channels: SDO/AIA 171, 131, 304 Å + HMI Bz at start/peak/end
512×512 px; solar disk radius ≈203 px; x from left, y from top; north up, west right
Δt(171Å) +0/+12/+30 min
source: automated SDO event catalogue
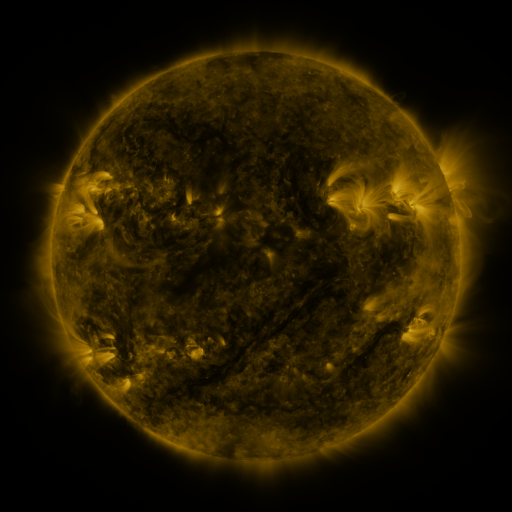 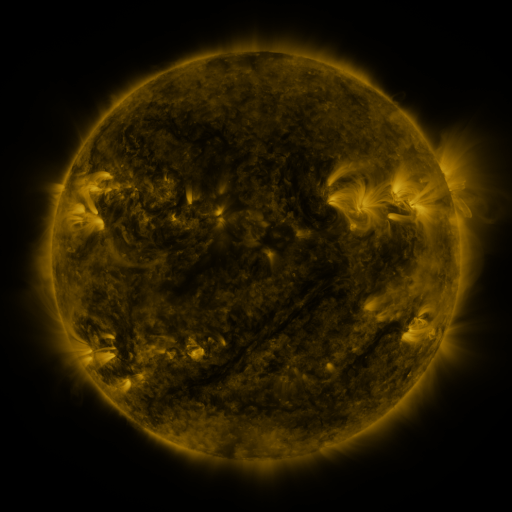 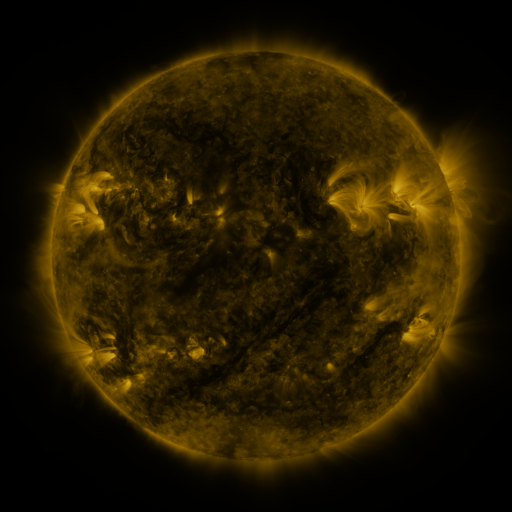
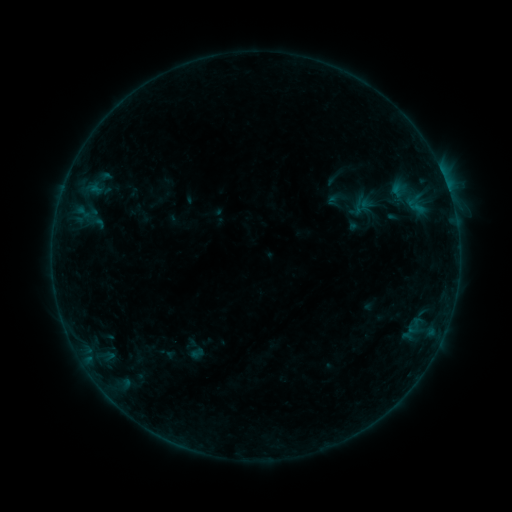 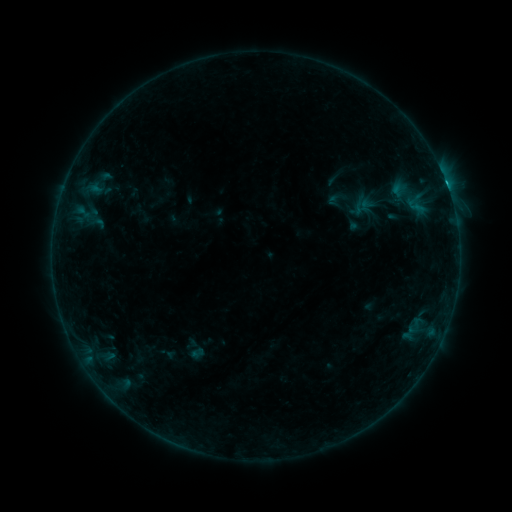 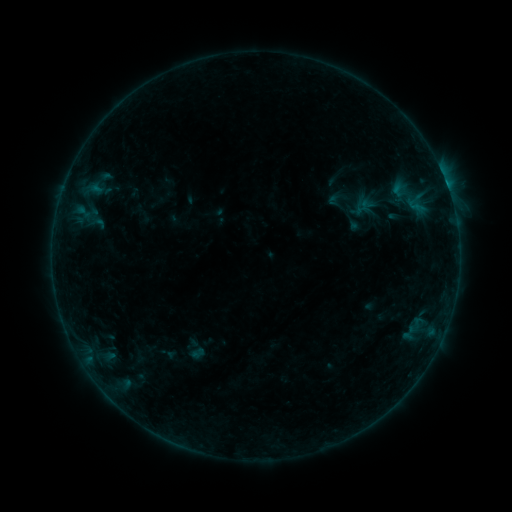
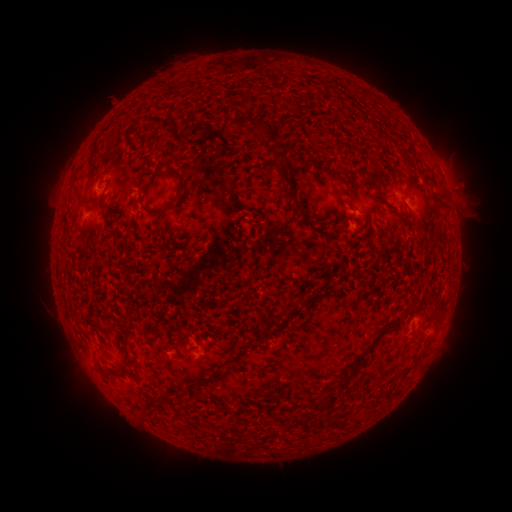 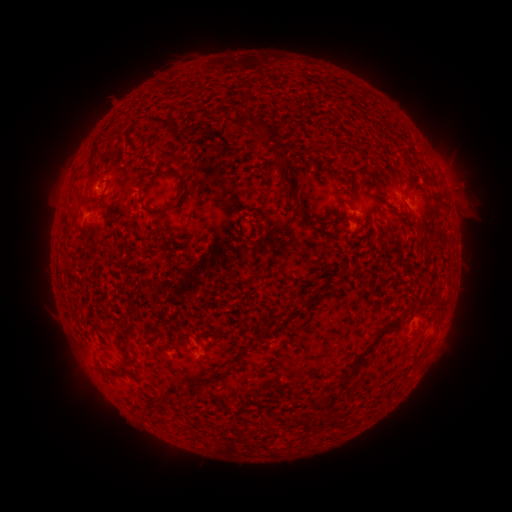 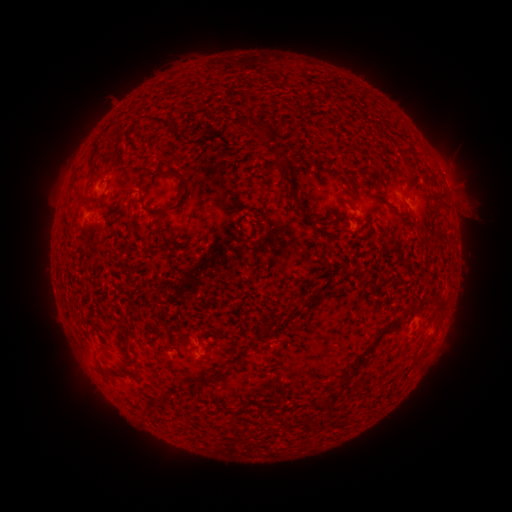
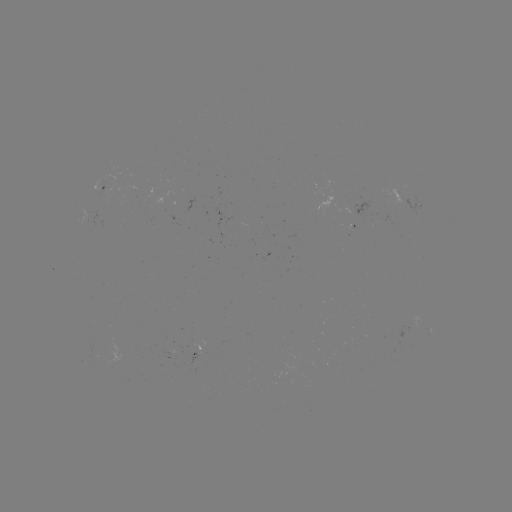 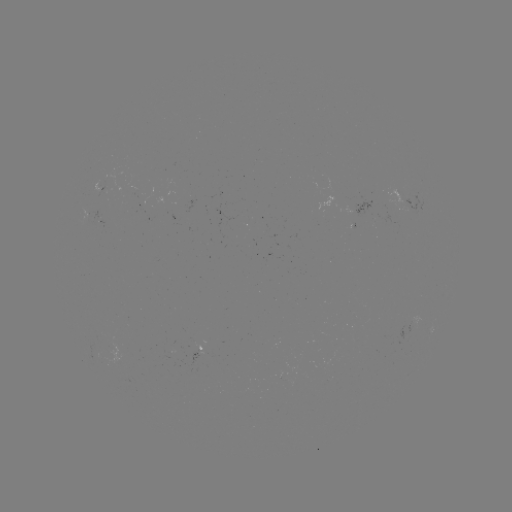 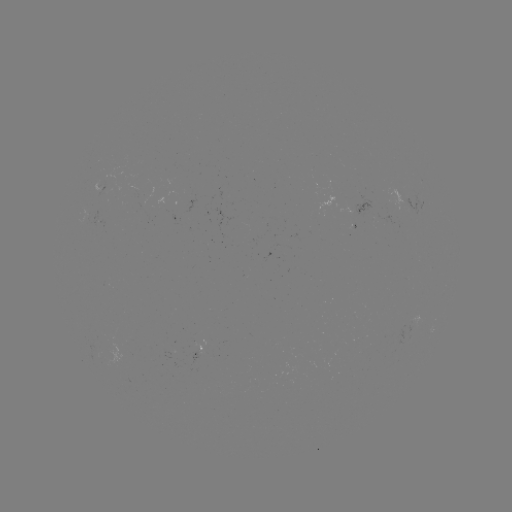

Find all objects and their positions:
B6.8 flare: (446, 188)
